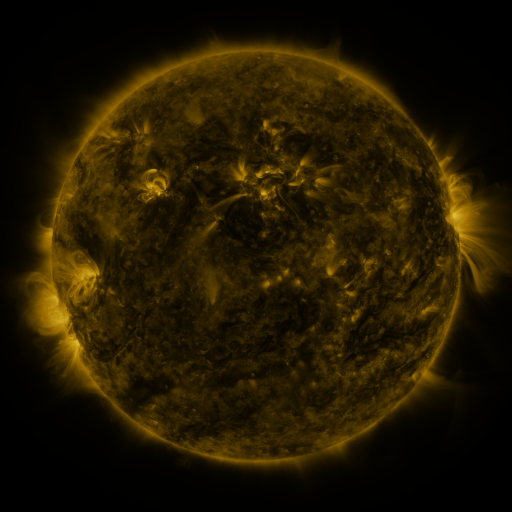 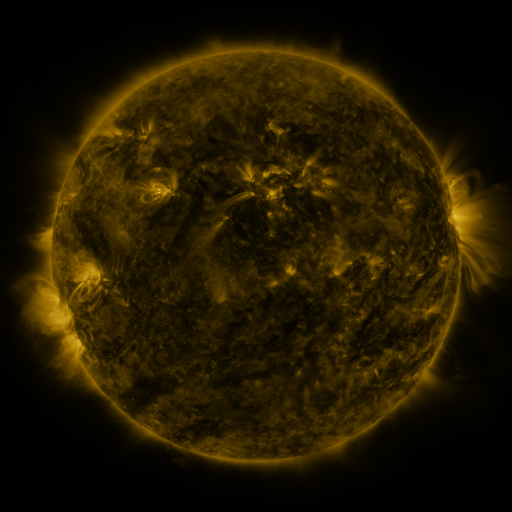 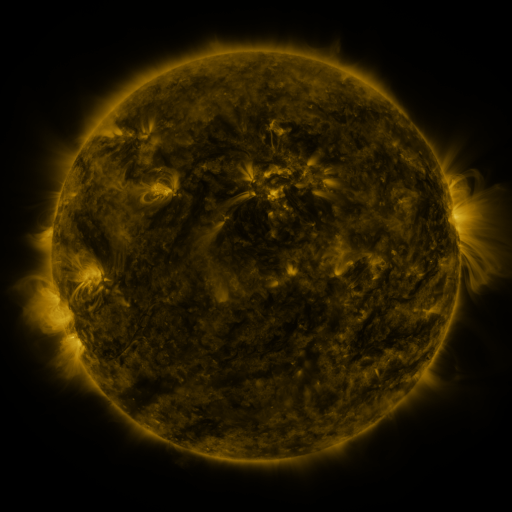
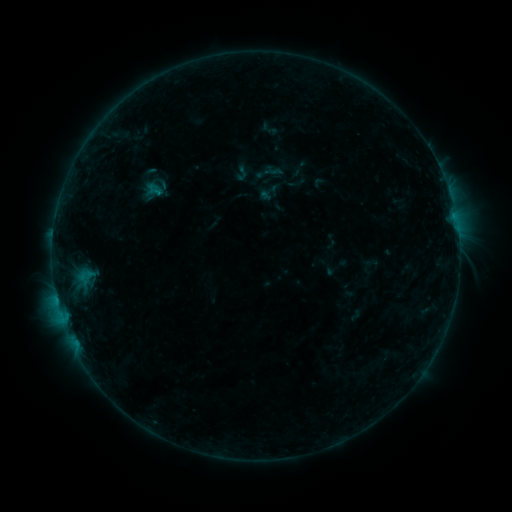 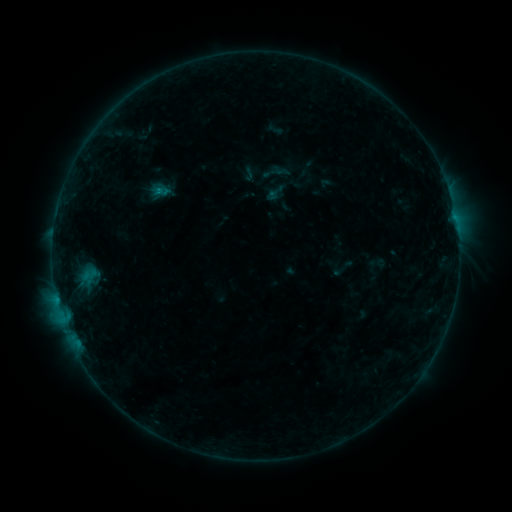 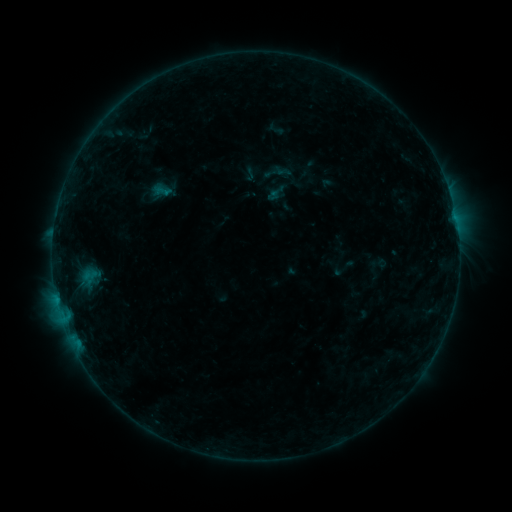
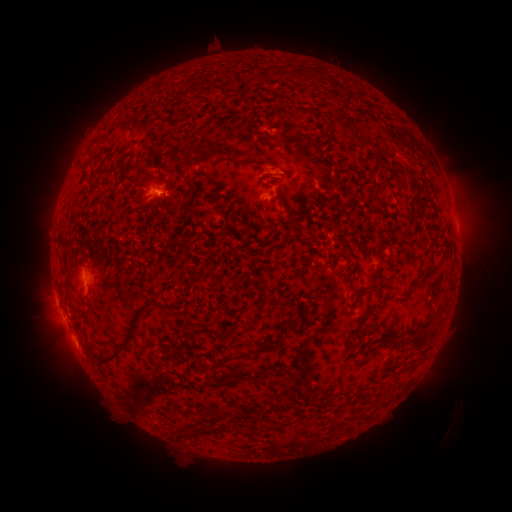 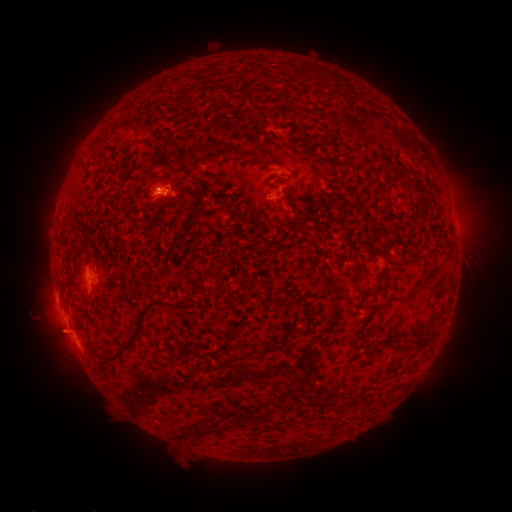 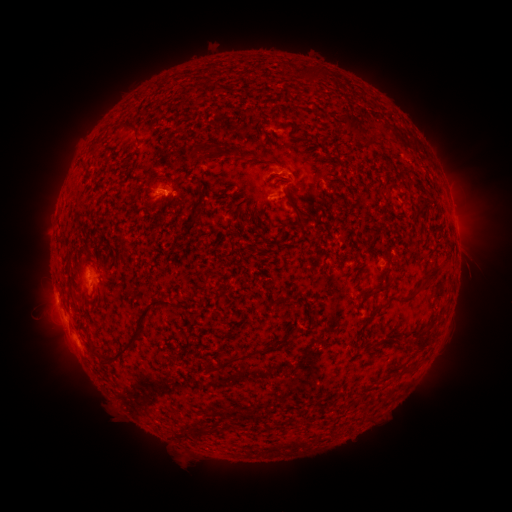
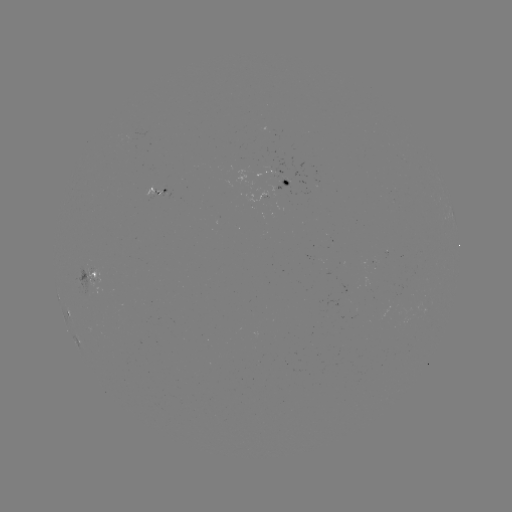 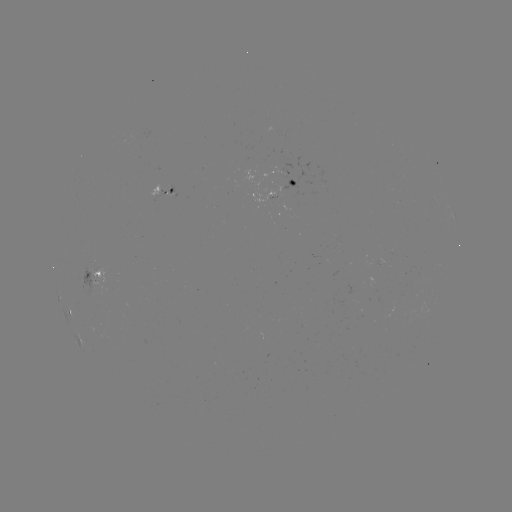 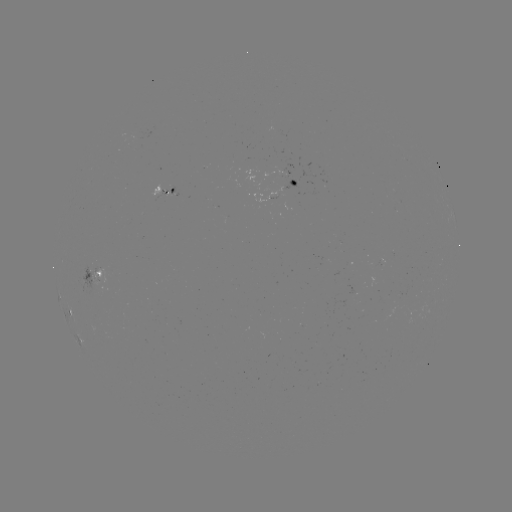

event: emerging-flux region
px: (277, 197)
